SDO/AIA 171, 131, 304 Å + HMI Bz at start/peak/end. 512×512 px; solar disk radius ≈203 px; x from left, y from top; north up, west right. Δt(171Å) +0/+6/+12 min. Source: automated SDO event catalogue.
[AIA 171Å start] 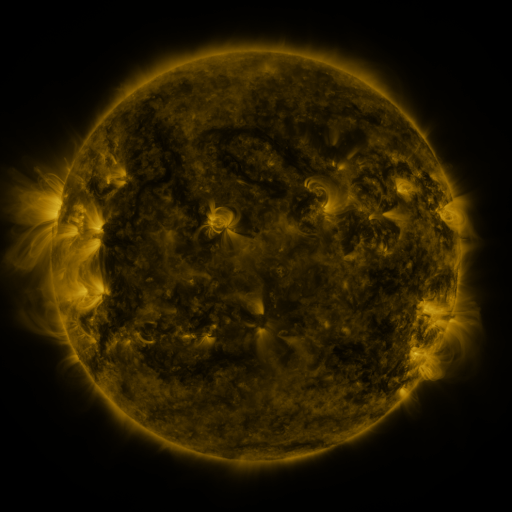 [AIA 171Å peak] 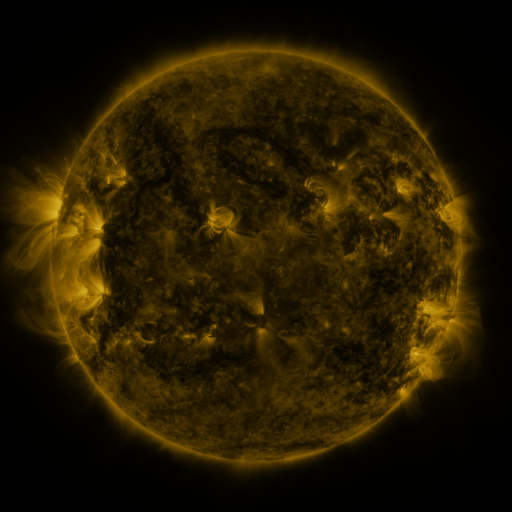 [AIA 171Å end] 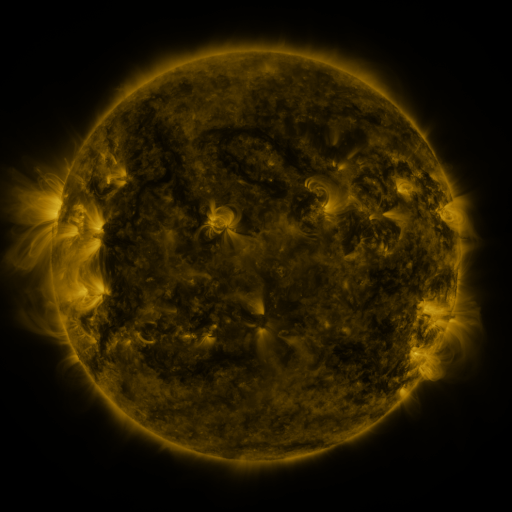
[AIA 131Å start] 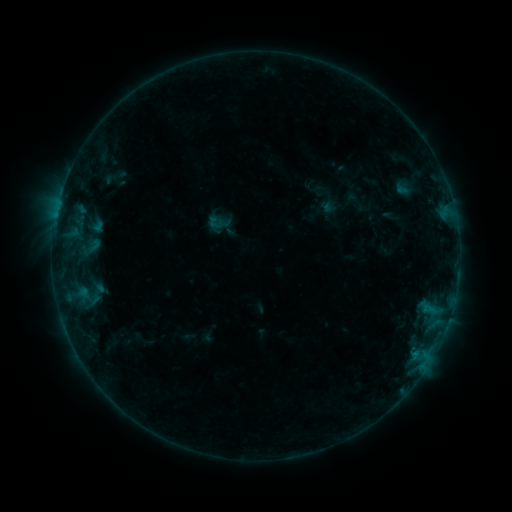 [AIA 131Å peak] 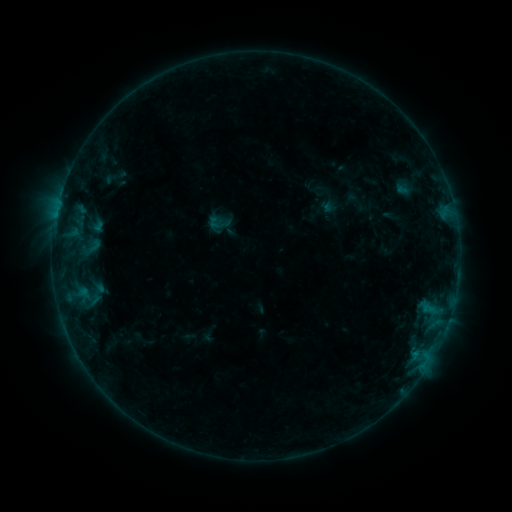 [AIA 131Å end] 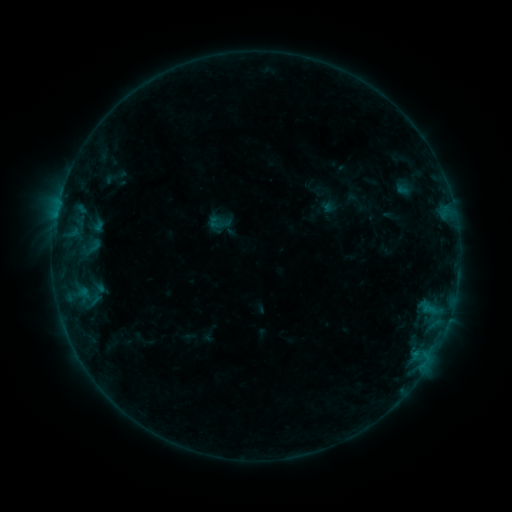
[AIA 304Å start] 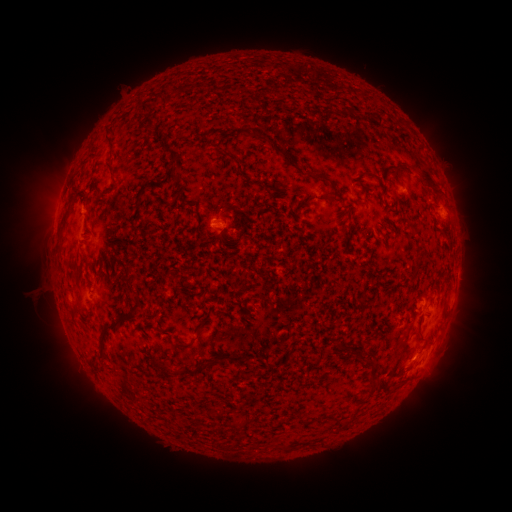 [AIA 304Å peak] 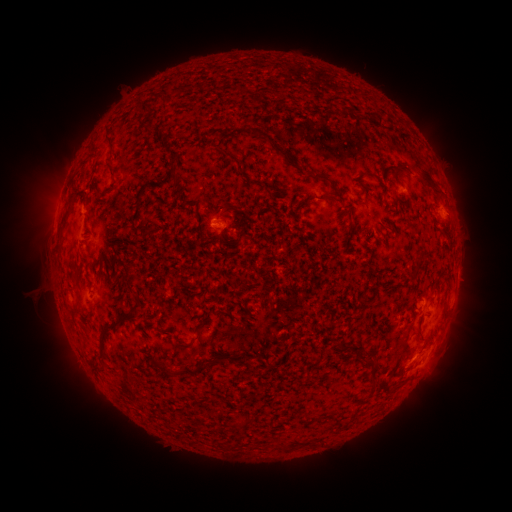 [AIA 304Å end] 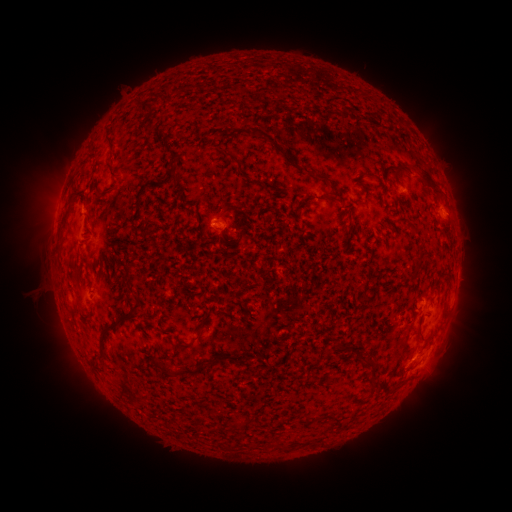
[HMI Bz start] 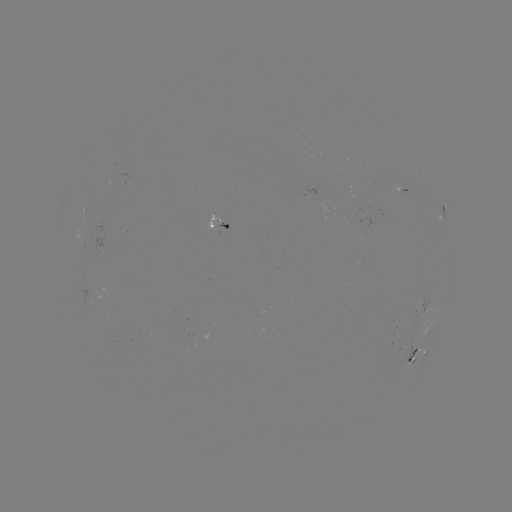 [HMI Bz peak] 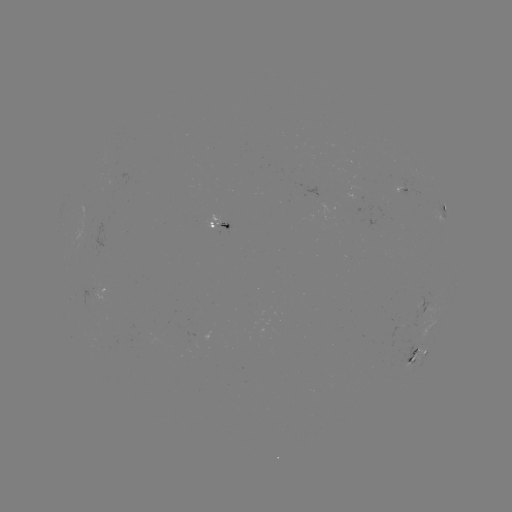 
no classed flare was catalogued and no EUV brightening was flagged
